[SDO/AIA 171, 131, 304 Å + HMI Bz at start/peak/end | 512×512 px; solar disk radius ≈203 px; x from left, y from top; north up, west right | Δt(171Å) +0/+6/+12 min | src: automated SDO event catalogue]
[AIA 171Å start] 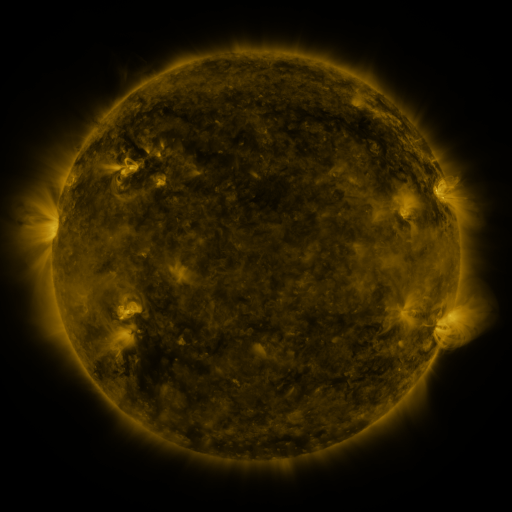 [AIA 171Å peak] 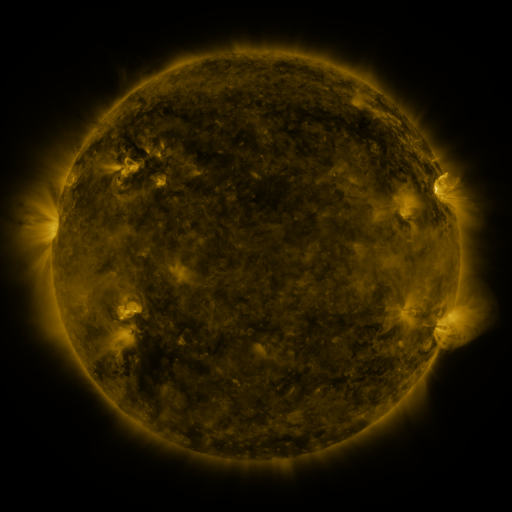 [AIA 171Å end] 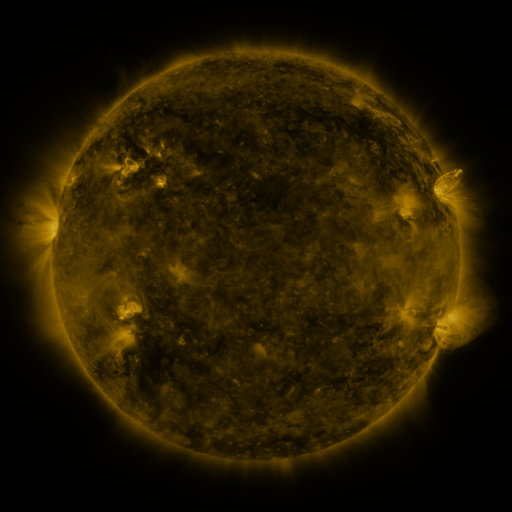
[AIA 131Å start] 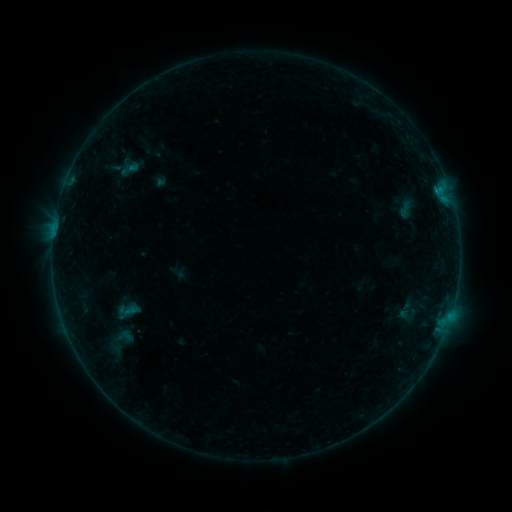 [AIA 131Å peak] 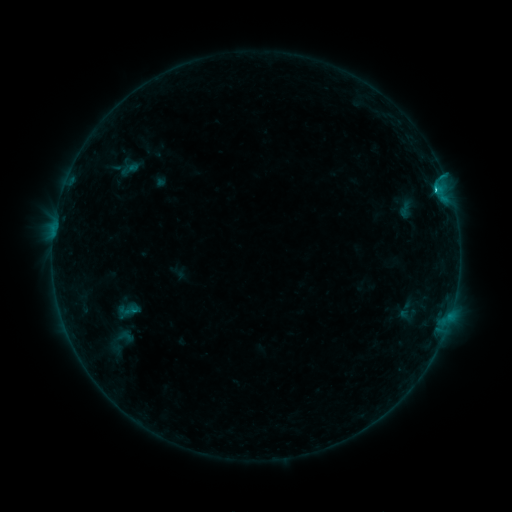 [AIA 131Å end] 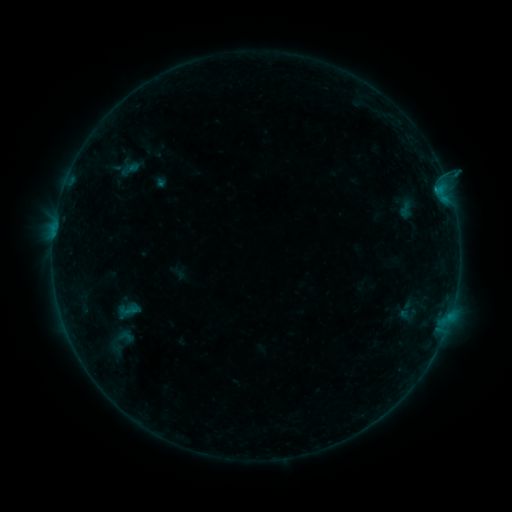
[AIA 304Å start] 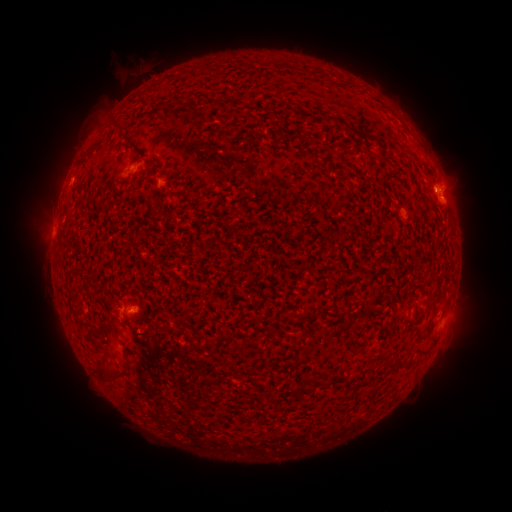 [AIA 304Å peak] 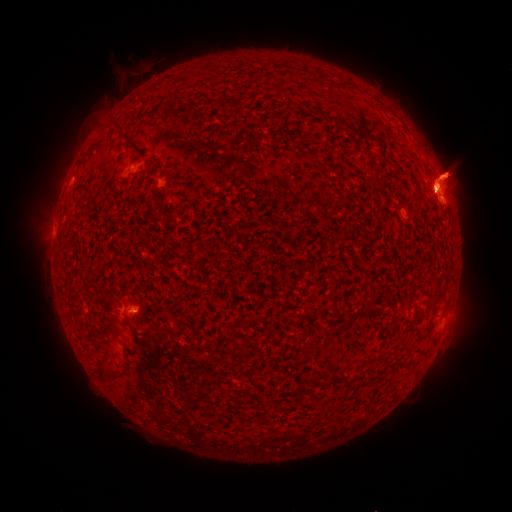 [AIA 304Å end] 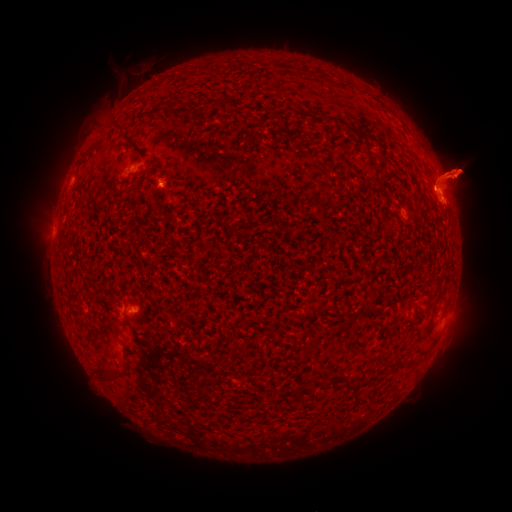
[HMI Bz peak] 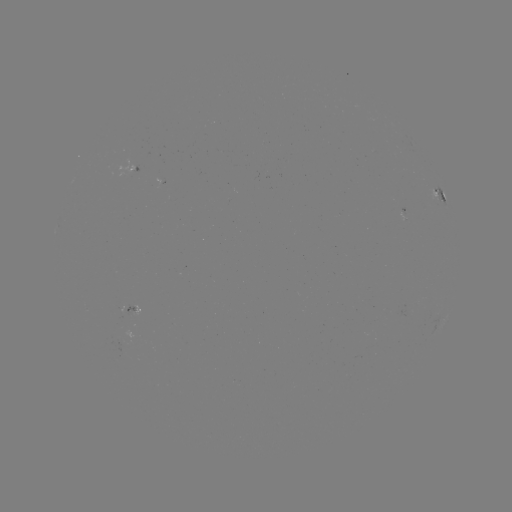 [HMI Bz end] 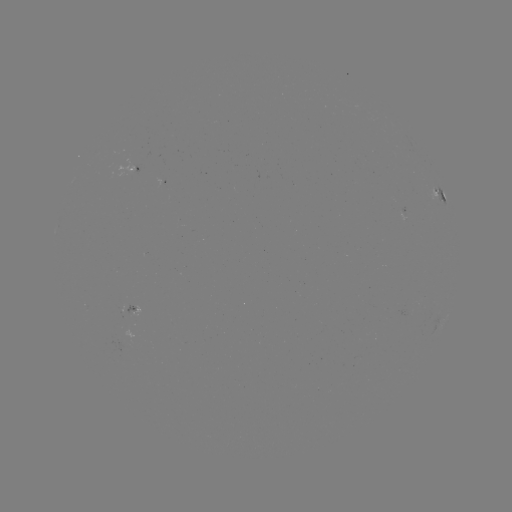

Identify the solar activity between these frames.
eruption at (450, 342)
